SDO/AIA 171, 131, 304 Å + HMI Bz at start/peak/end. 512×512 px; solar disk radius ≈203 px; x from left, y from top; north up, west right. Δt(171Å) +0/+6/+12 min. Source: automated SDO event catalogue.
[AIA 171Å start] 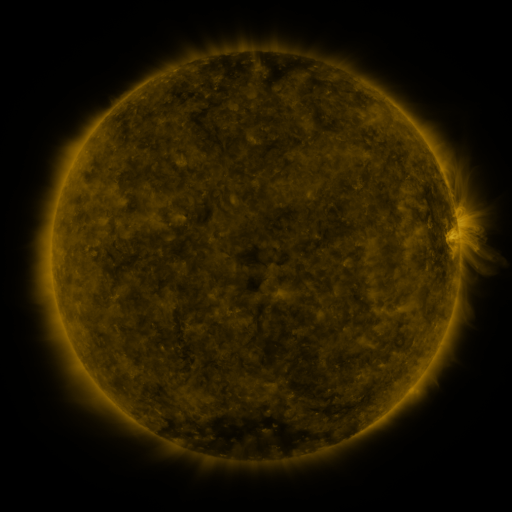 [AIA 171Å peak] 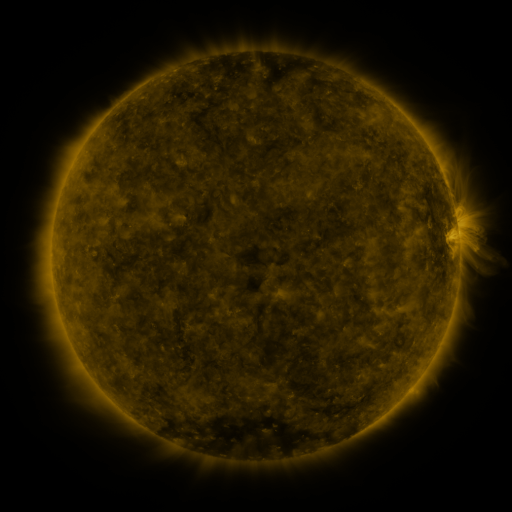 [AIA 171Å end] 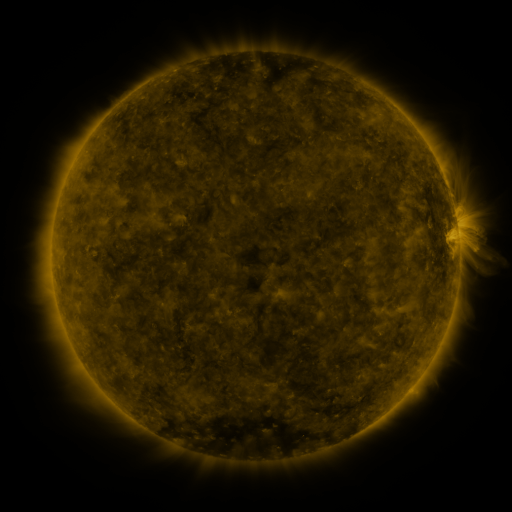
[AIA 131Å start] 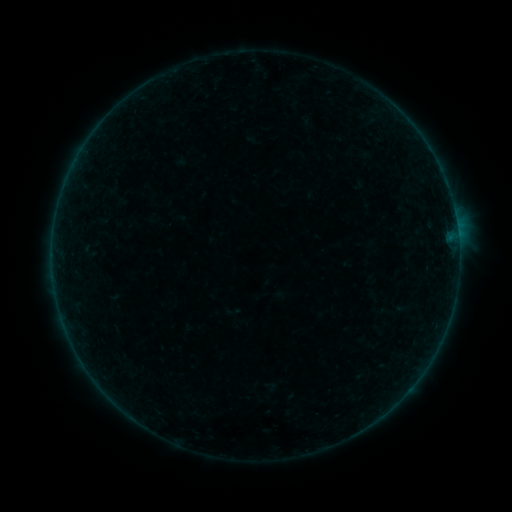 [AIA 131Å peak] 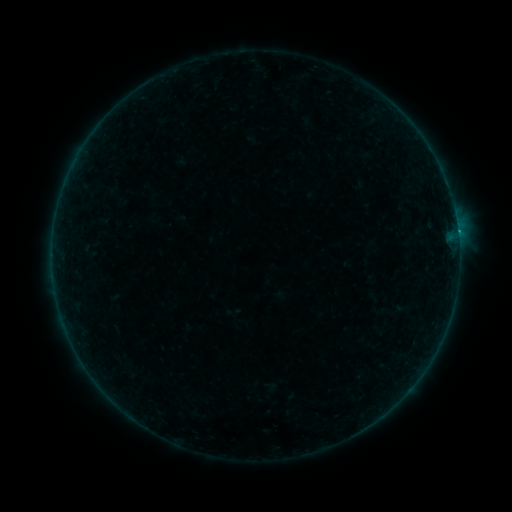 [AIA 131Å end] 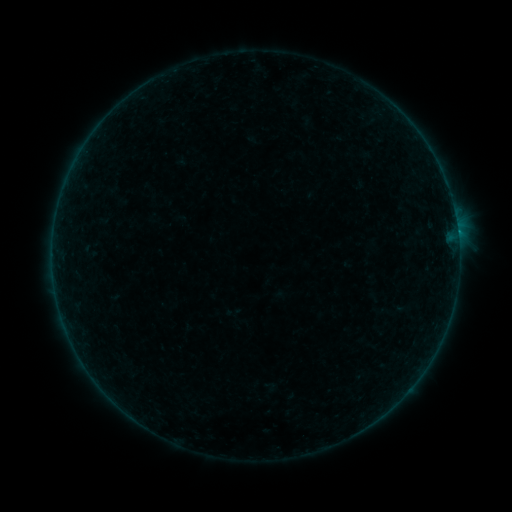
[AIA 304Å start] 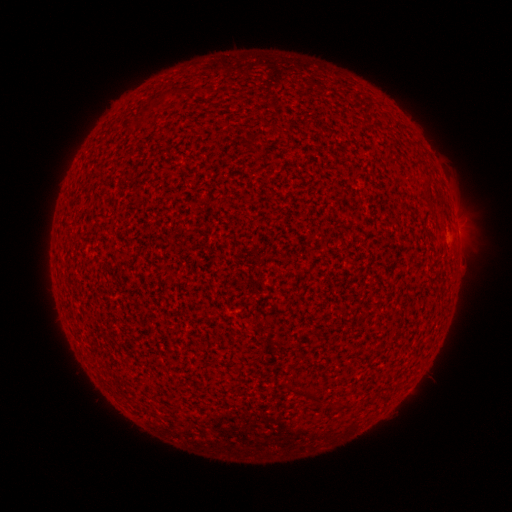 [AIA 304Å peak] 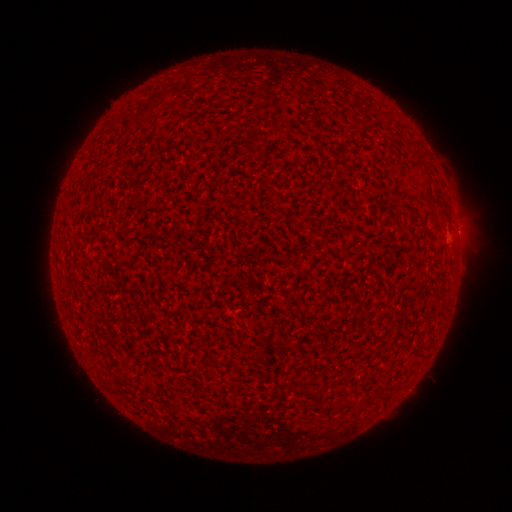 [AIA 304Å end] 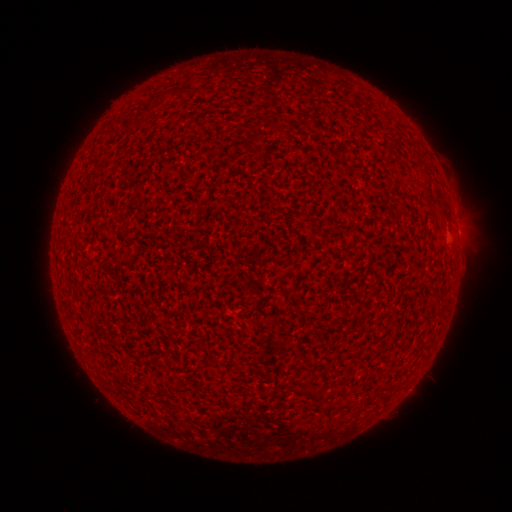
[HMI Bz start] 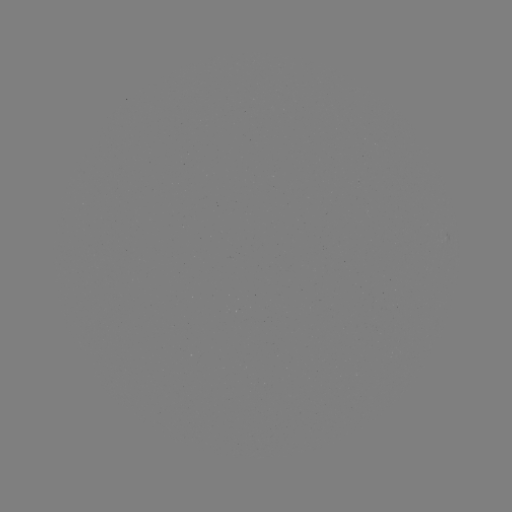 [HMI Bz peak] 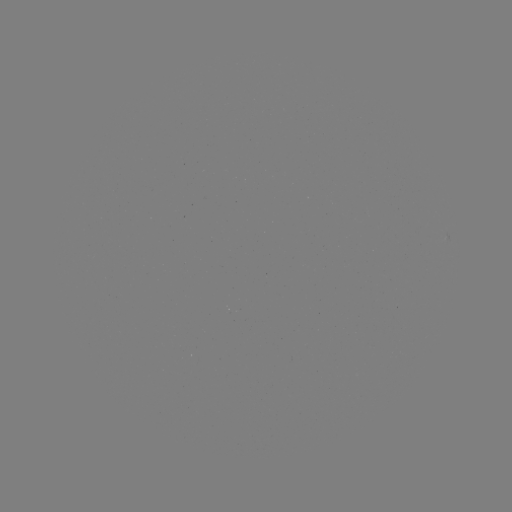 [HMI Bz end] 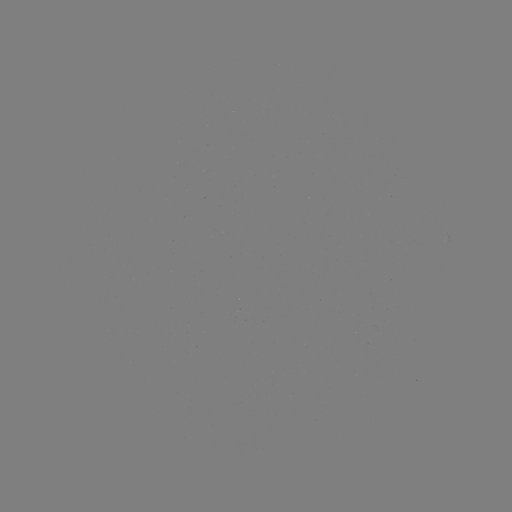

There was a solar flare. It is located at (457, 234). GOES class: B1.7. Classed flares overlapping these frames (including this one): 1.